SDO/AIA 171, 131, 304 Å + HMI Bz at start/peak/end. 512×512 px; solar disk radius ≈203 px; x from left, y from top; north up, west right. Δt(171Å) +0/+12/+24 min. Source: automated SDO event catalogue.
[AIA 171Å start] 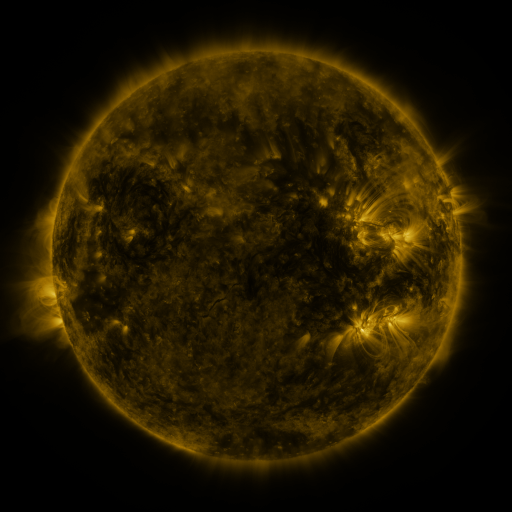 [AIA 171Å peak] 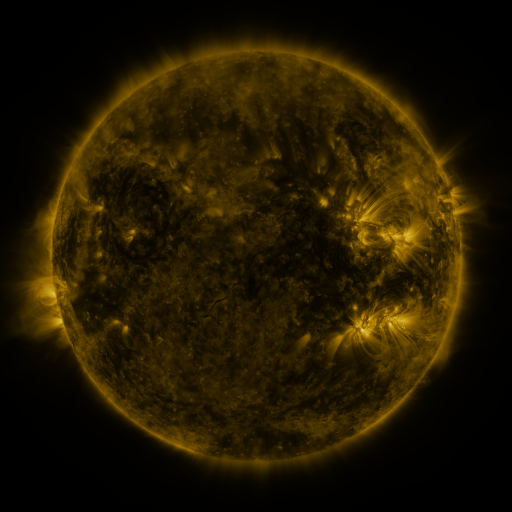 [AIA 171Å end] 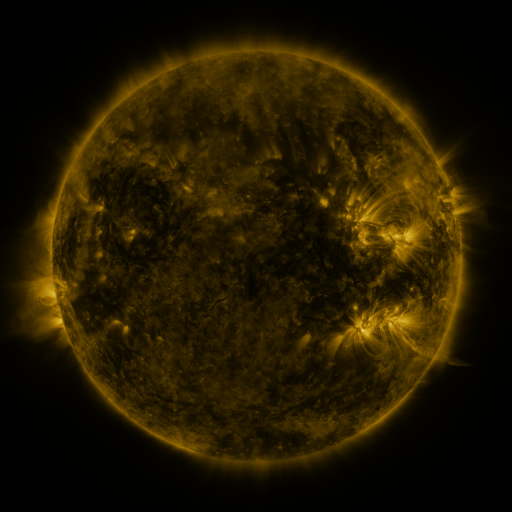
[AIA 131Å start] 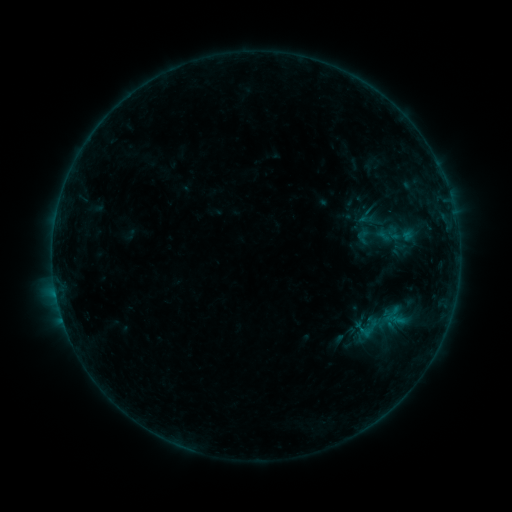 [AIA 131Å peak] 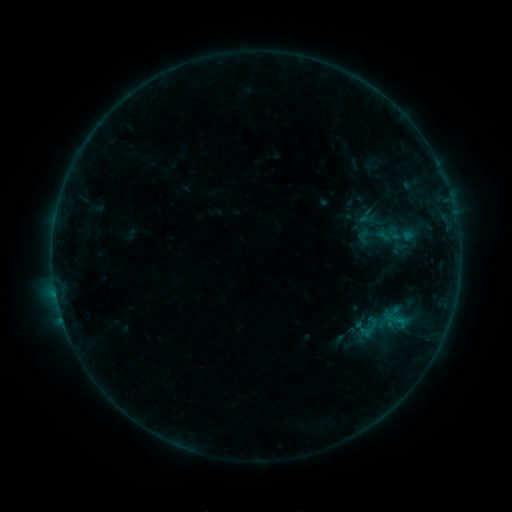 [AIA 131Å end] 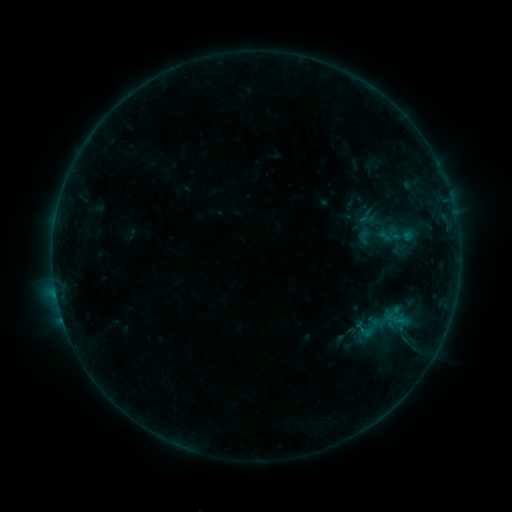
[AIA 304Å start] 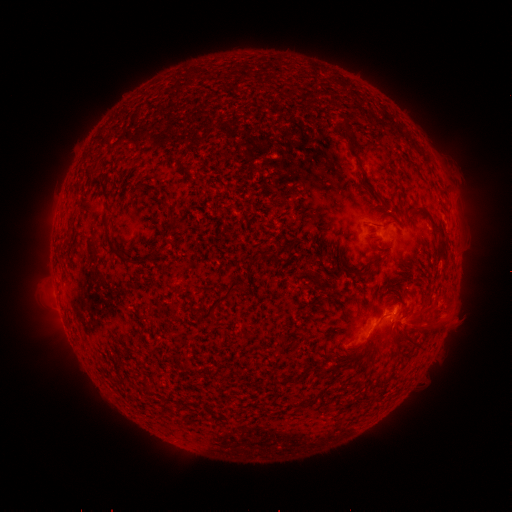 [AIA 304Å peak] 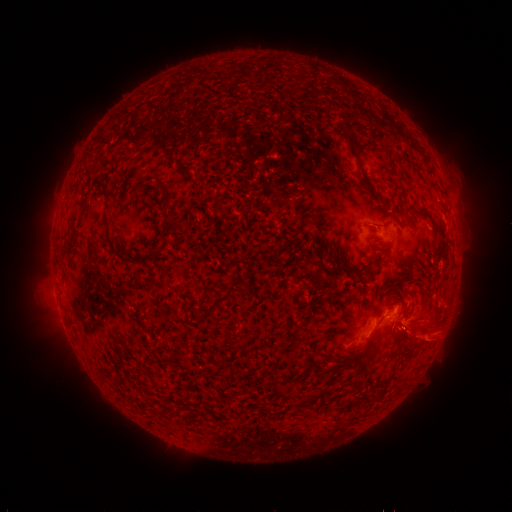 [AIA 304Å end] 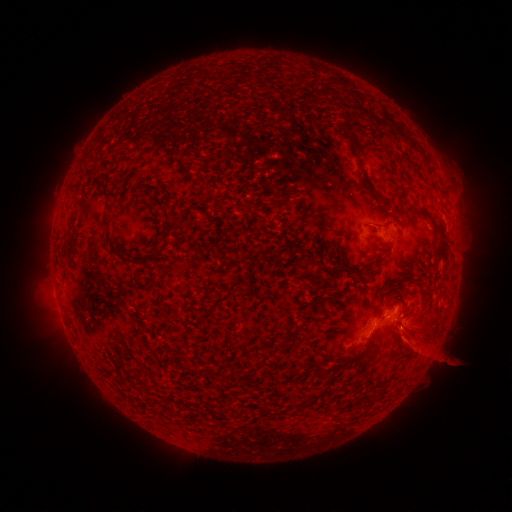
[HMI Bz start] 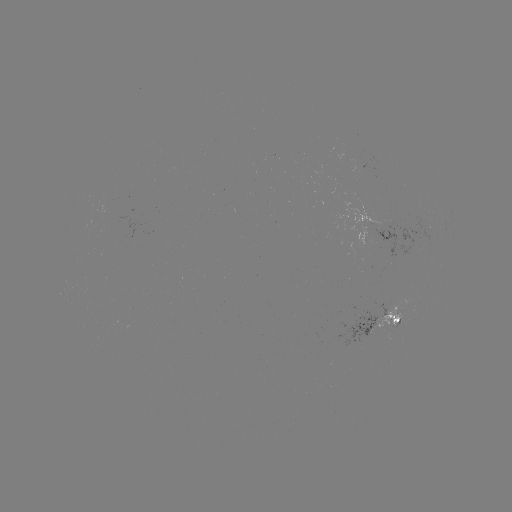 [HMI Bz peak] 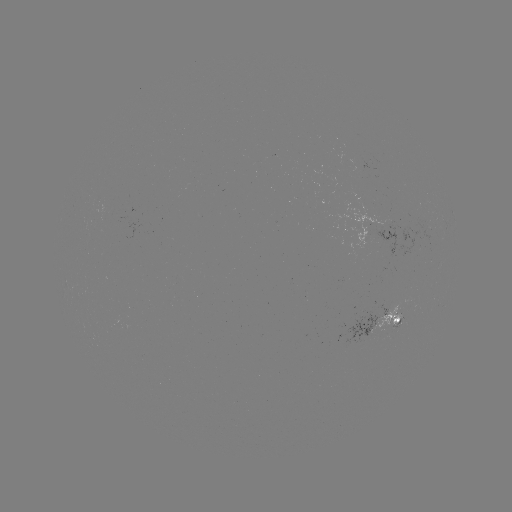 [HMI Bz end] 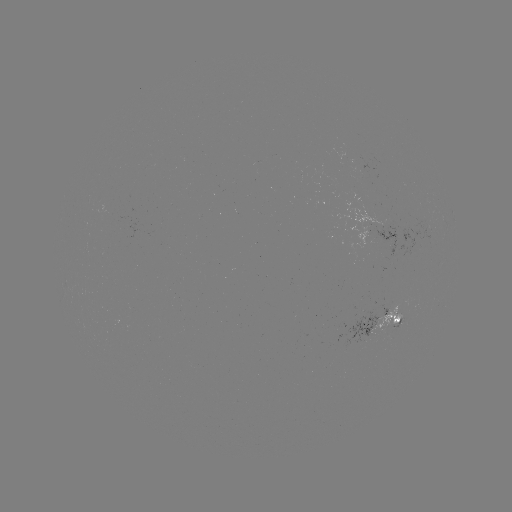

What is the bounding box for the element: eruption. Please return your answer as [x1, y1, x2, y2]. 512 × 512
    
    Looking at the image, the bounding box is [383, 291, 458, 378].